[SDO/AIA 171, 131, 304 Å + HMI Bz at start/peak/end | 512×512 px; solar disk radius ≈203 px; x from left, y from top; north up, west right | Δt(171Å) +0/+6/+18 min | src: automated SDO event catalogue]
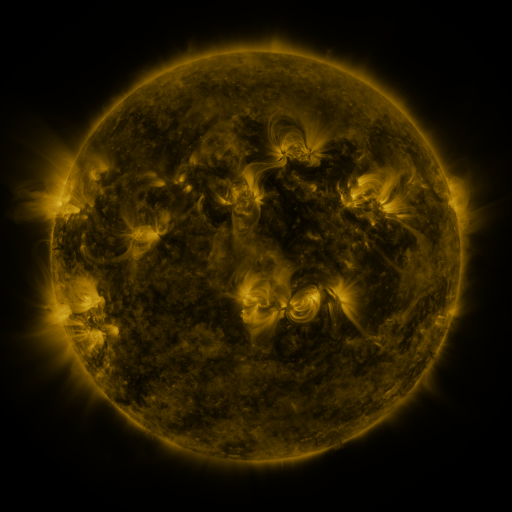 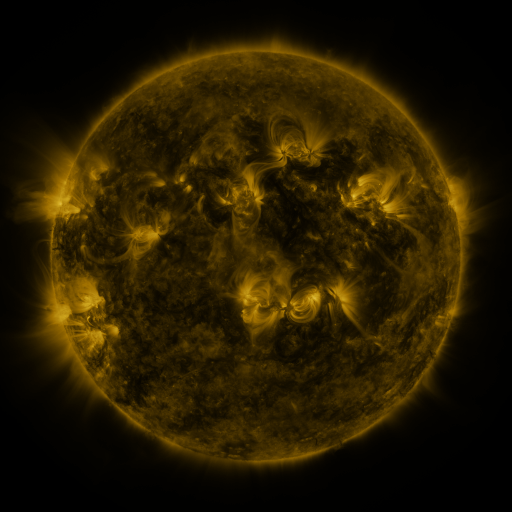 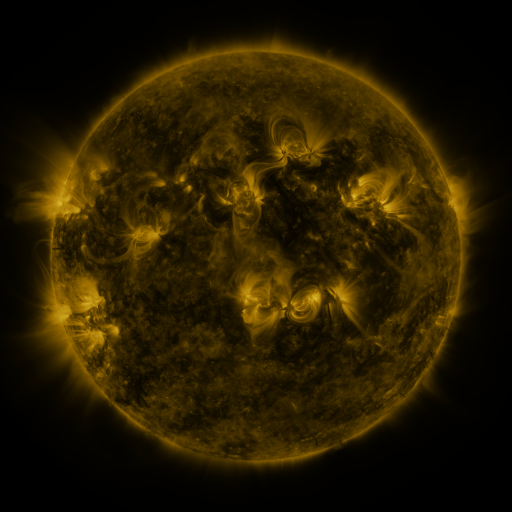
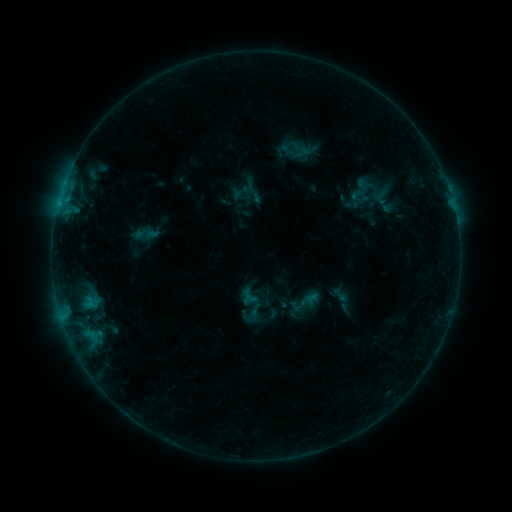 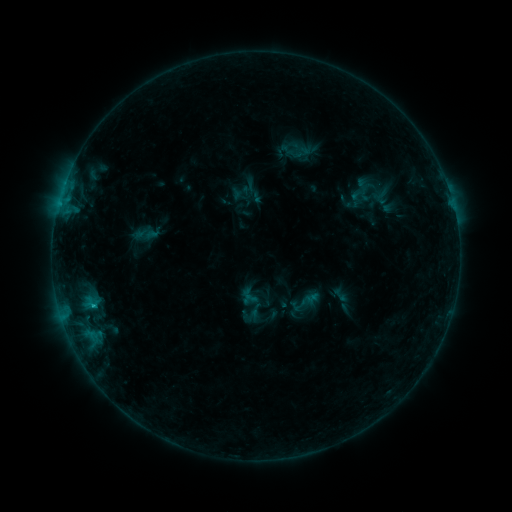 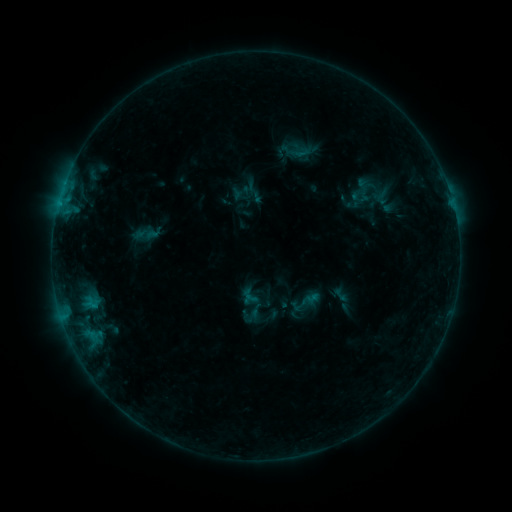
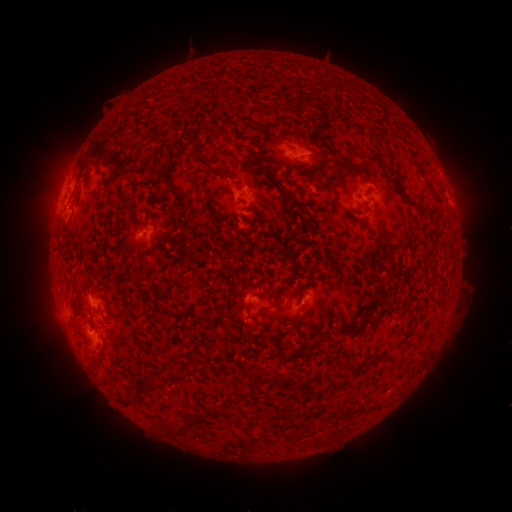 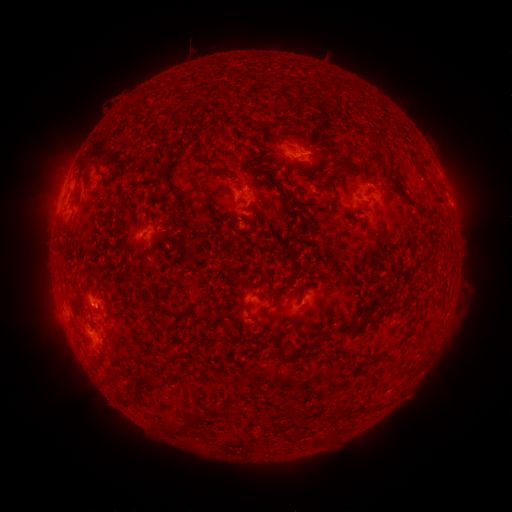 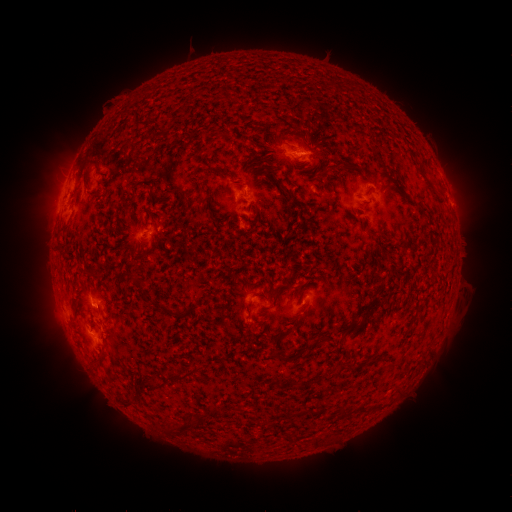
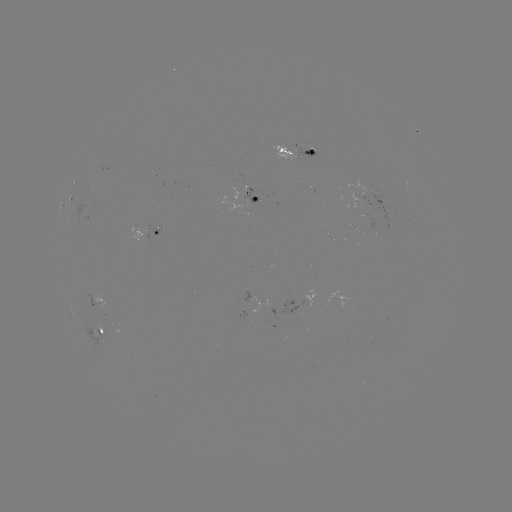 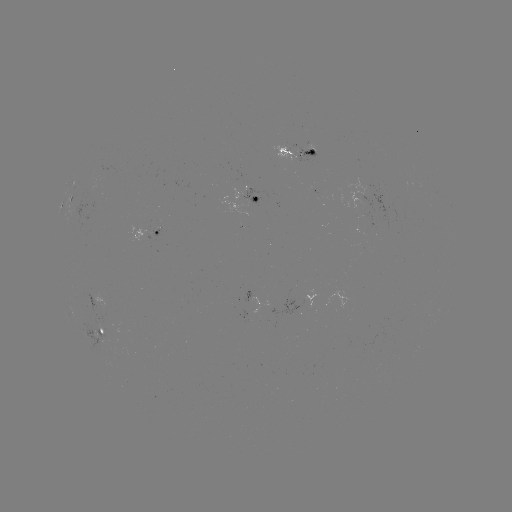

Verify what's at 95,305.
B5.6 flare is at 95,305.